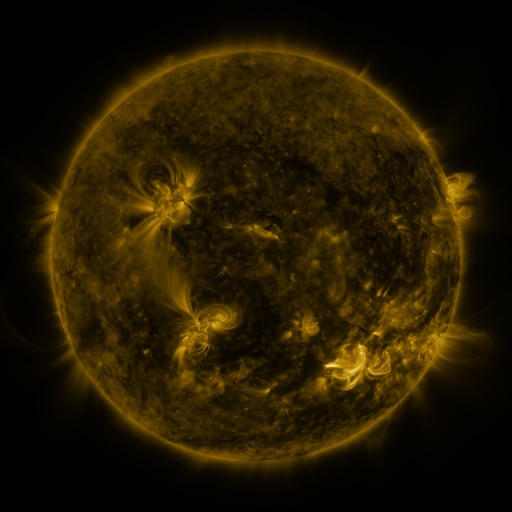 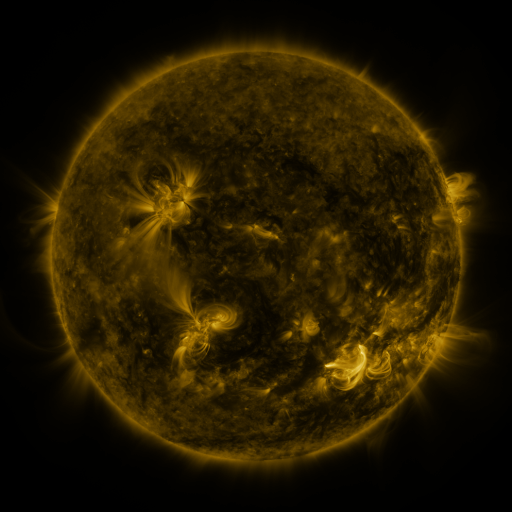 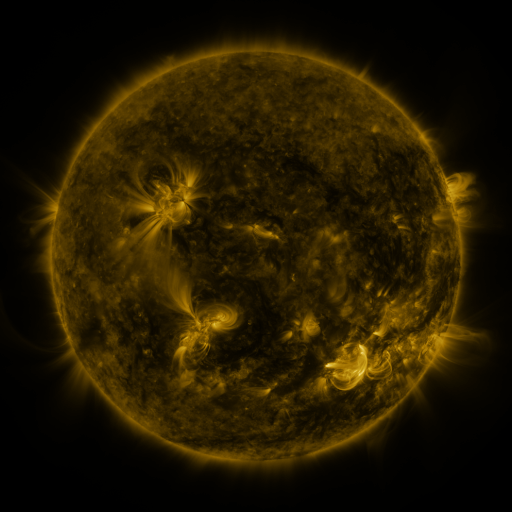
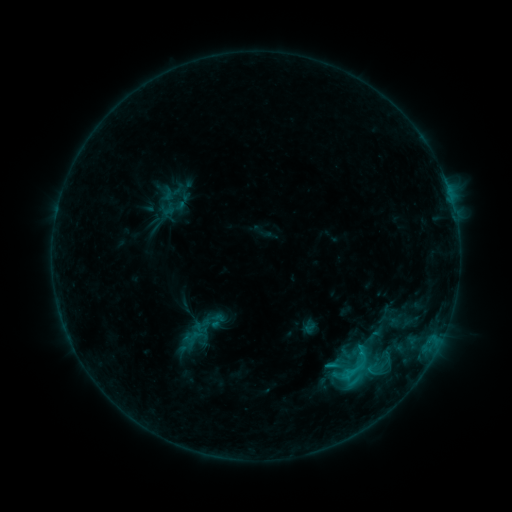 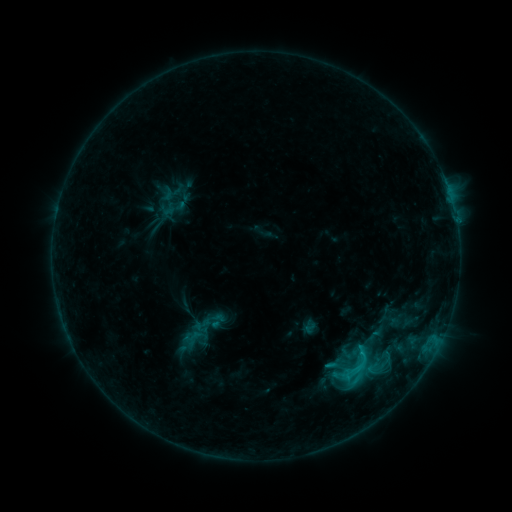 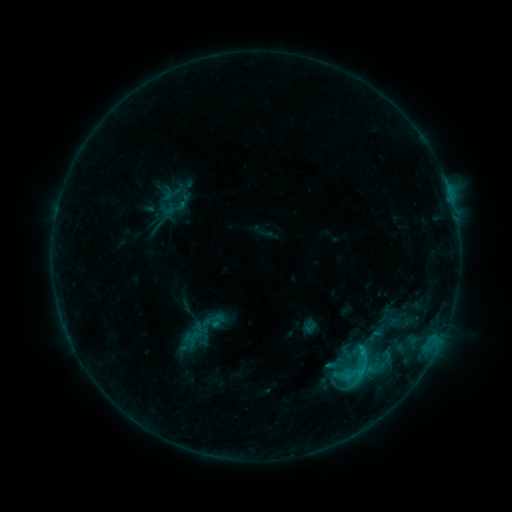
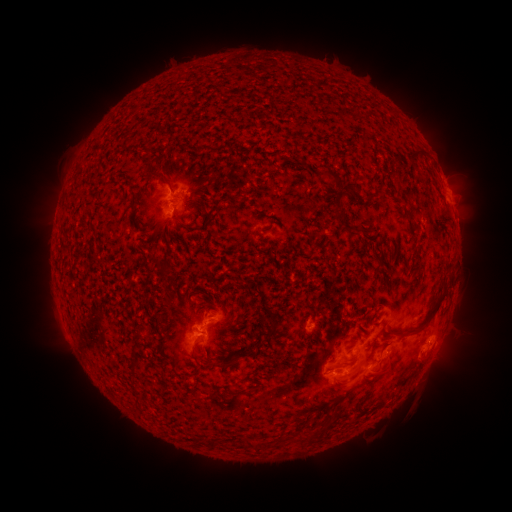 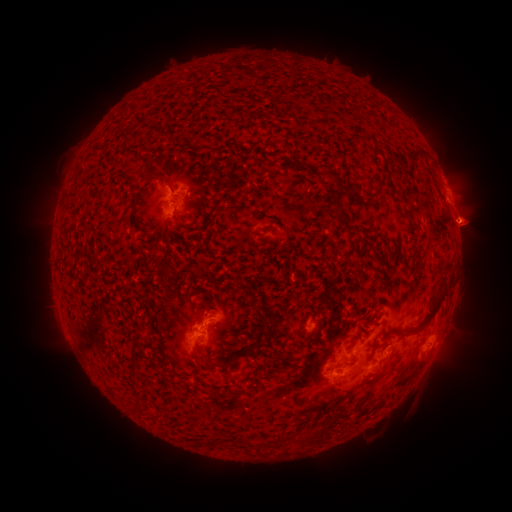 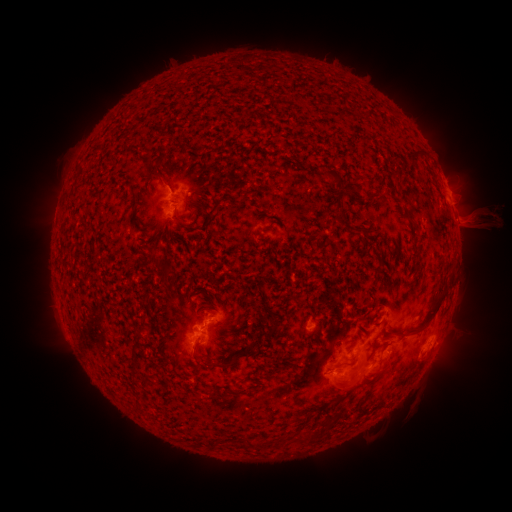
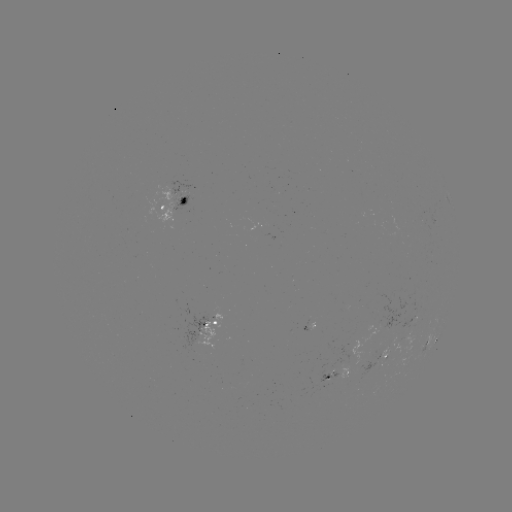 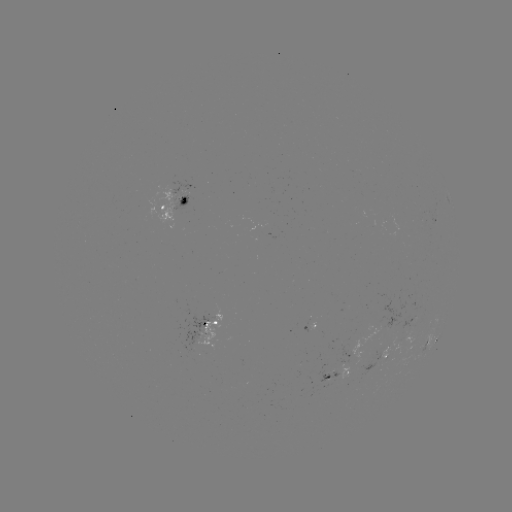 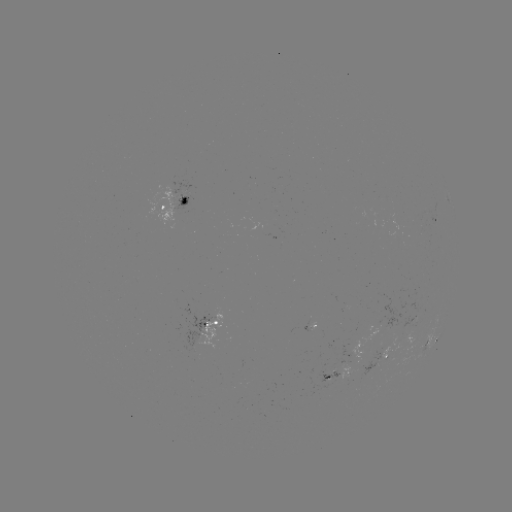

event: eruption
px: (477, 223)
